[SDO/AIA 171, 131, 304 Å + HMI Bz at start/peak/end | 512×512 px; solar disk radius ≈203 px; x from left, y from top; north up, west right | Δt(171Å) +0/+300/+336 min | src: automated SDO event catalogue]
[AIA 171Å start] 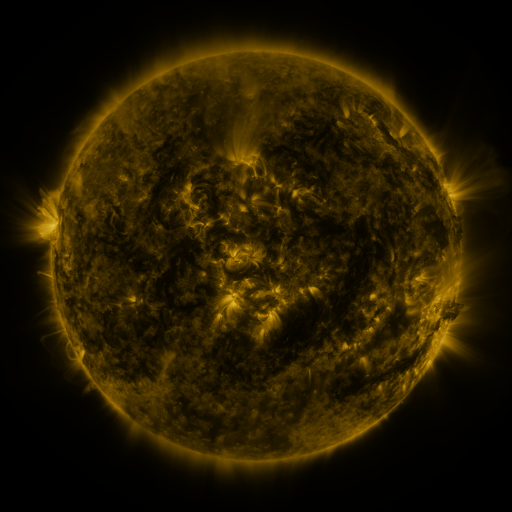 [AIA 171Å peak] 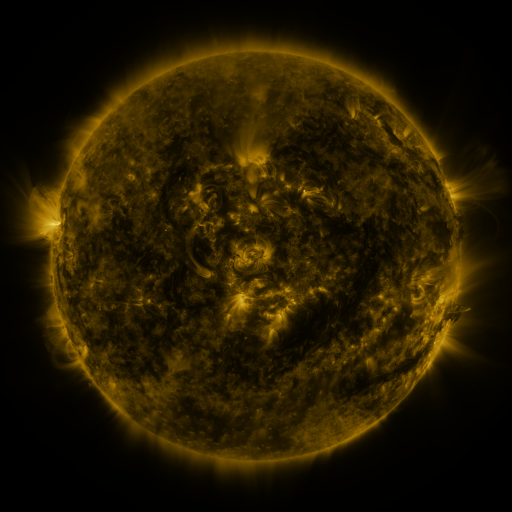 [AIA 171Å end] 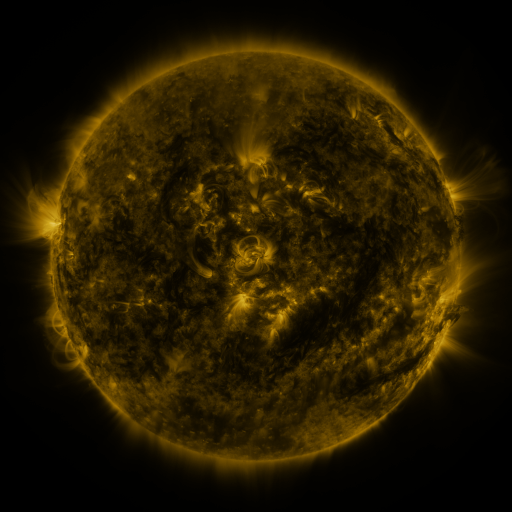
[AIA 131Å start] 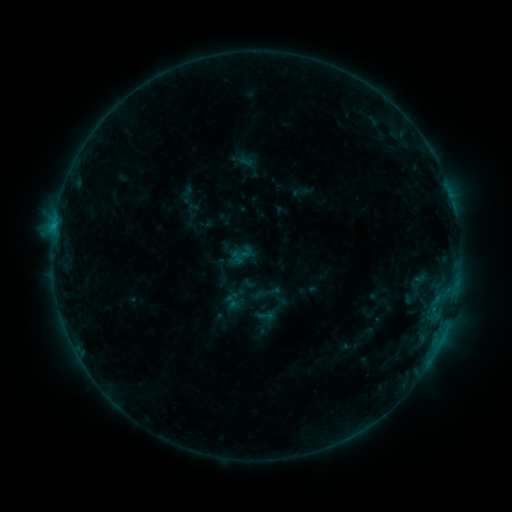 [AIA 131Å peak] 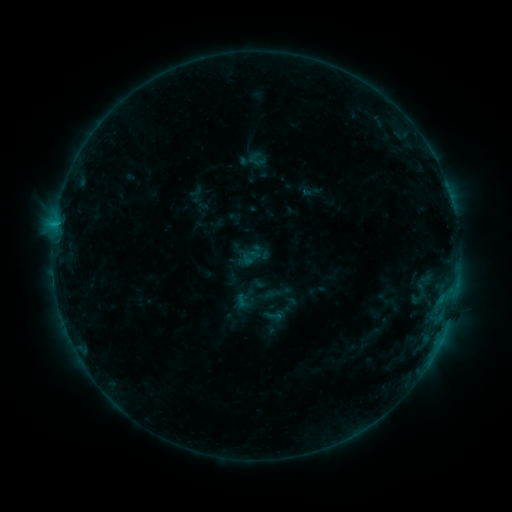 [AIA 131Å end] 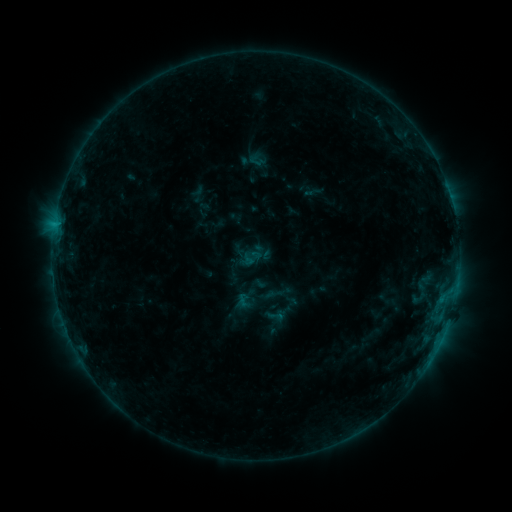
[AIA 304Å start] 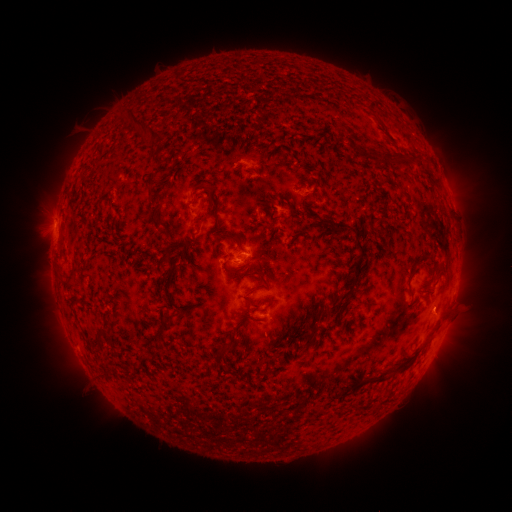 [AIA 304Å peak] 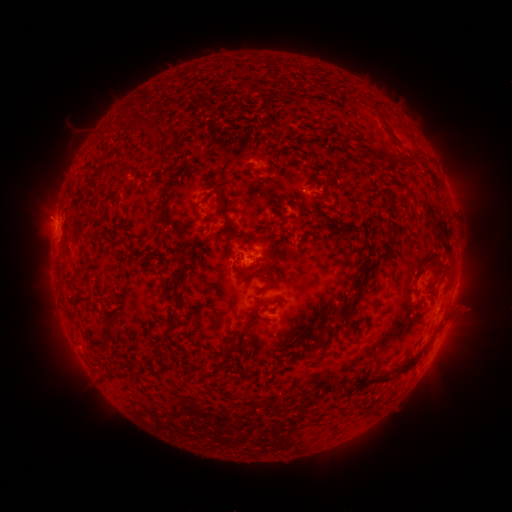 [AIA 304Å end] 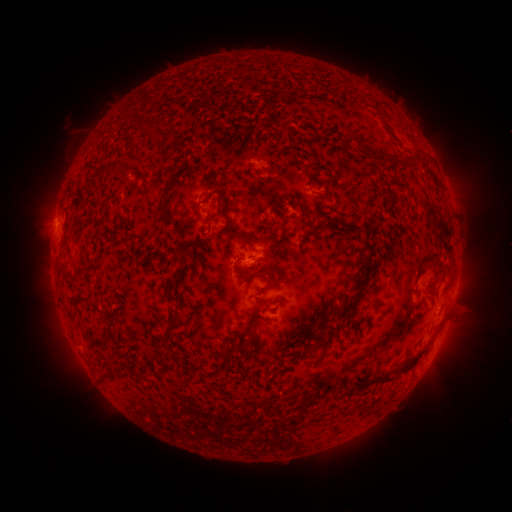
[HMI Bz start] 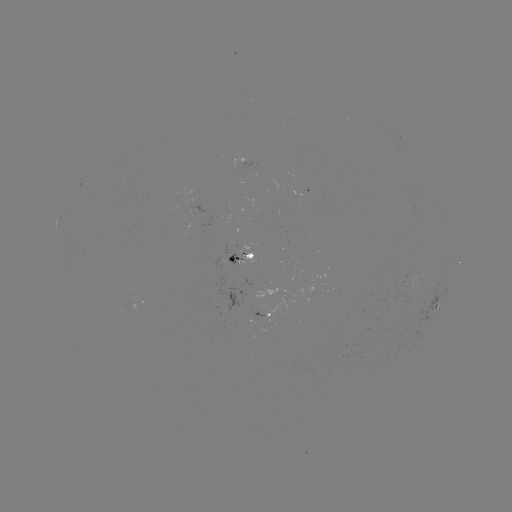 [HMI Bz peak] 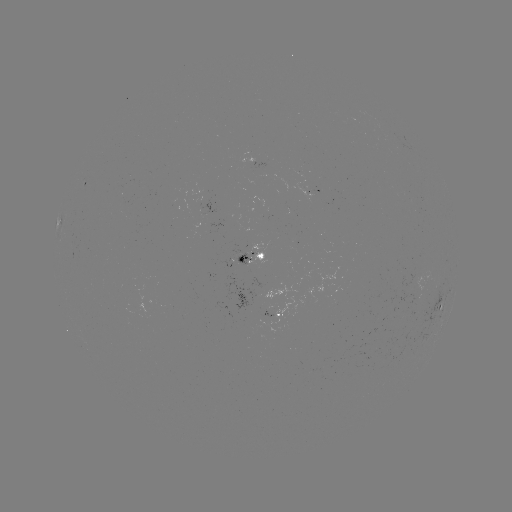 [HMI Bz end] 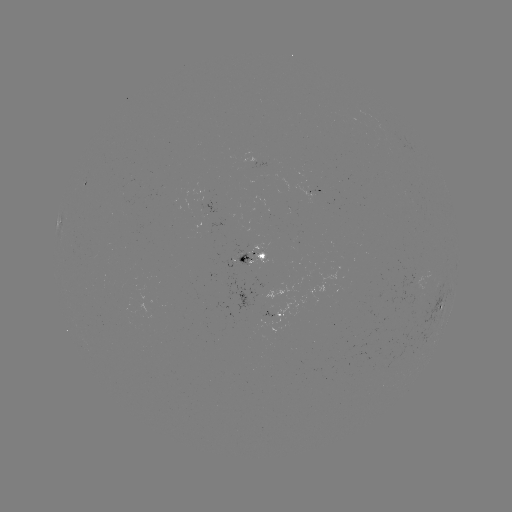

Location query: emerging-flux region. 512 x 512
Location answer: (306, 194).